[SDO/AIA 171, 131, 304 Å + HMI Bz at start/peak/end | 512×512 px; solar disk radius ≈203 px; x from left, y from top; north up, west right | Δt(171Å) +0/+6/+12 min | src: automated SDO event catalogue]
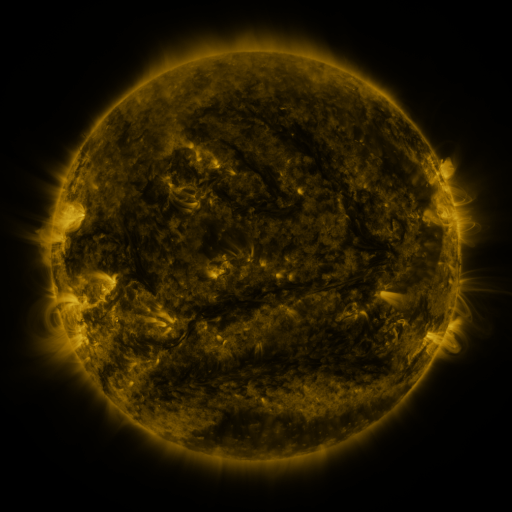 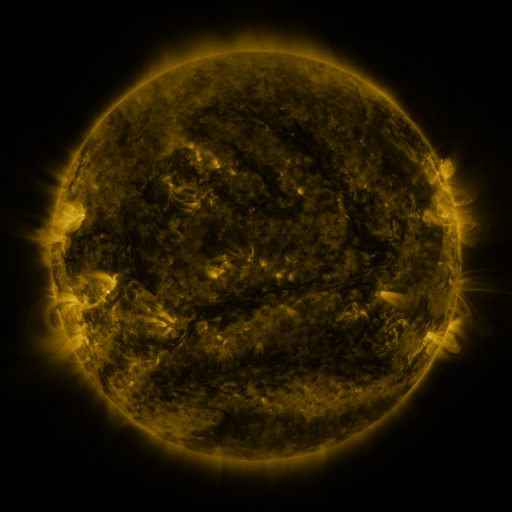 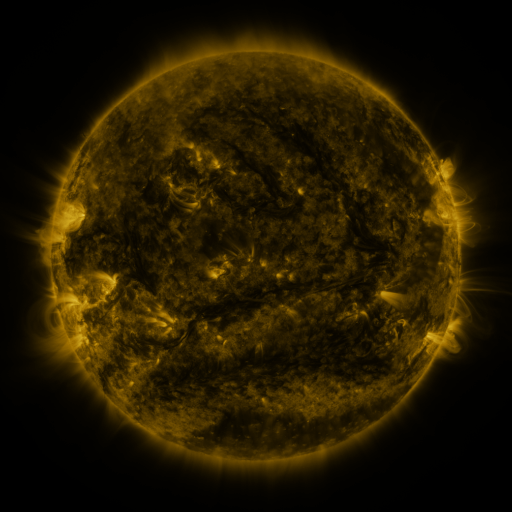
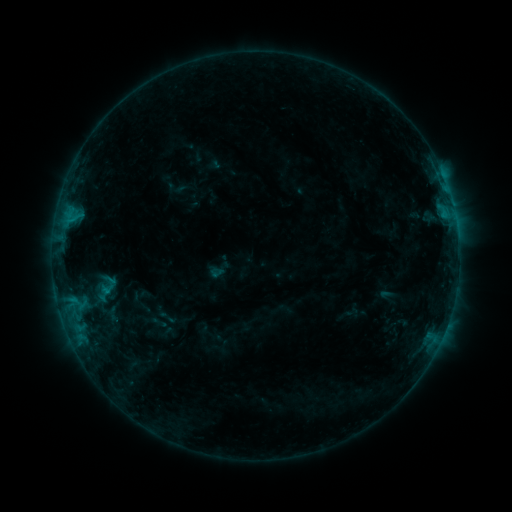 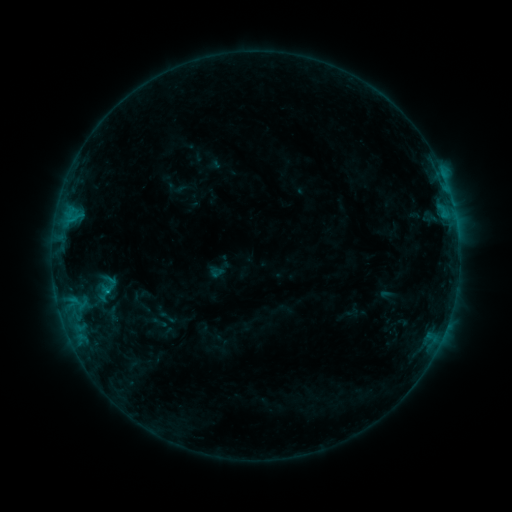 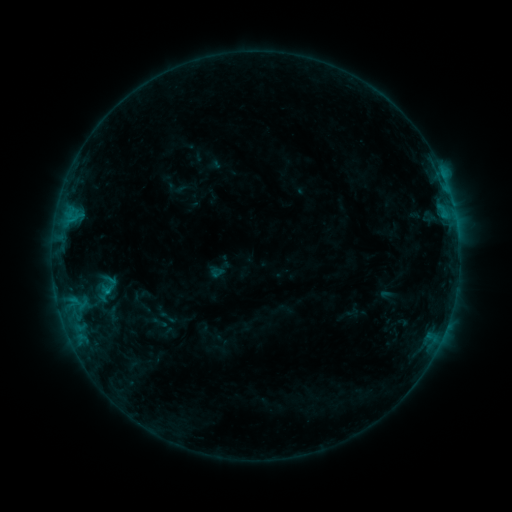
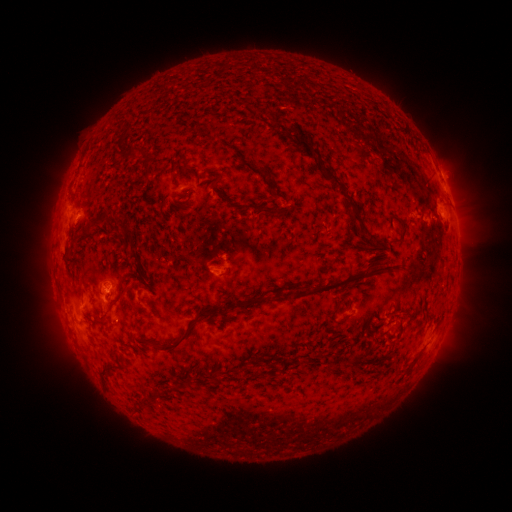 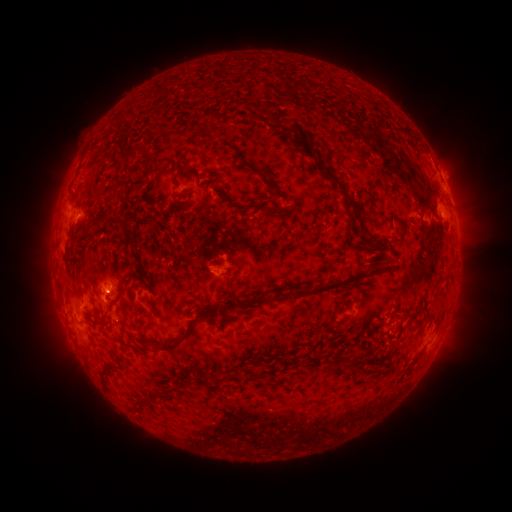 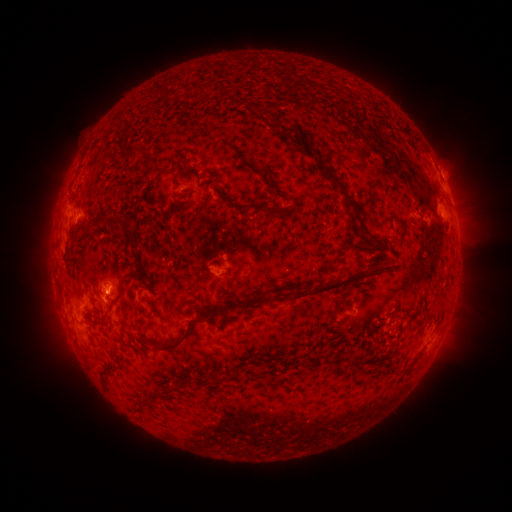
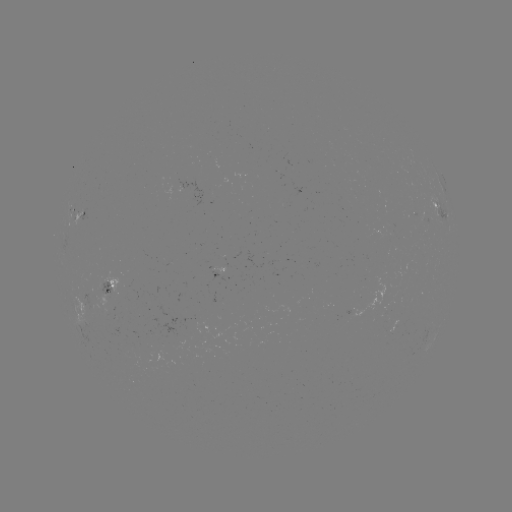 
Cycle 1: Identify B8.5 flare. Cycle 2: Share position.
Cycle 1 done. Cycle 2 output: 109,290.